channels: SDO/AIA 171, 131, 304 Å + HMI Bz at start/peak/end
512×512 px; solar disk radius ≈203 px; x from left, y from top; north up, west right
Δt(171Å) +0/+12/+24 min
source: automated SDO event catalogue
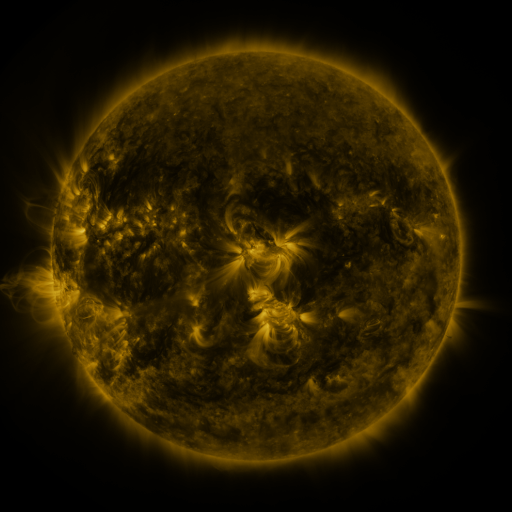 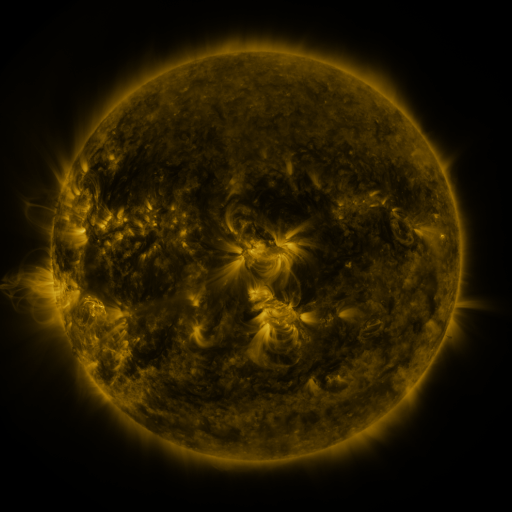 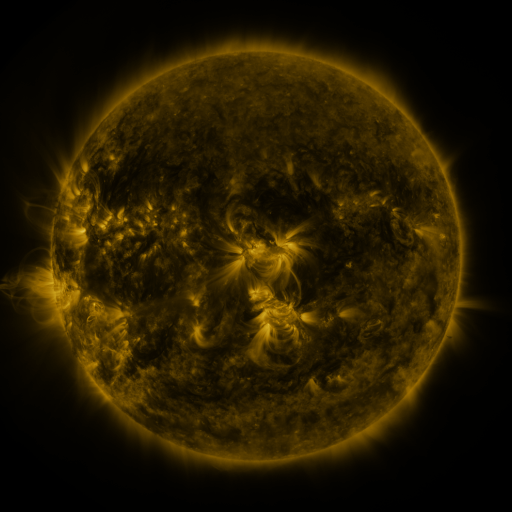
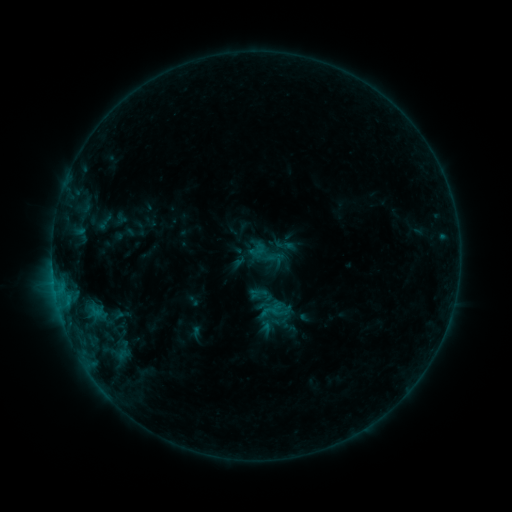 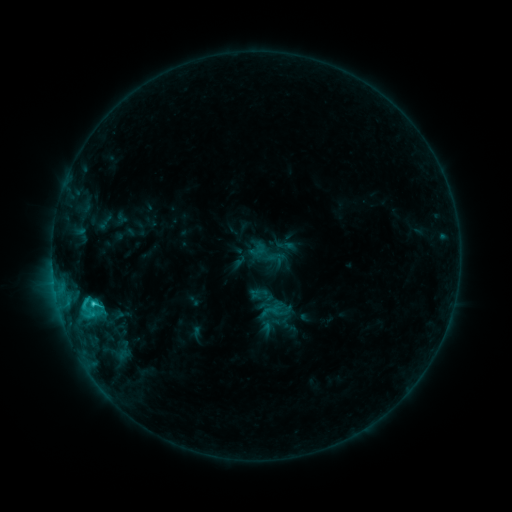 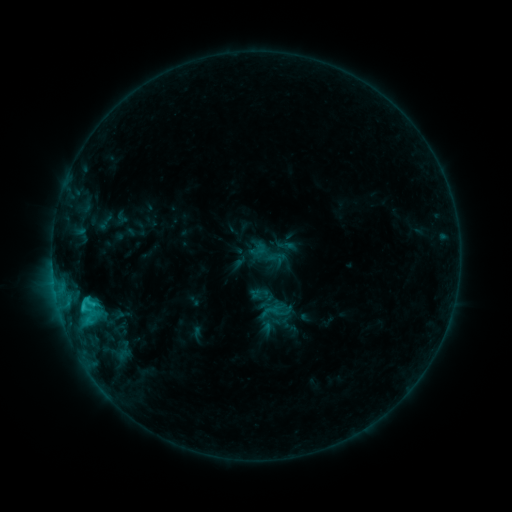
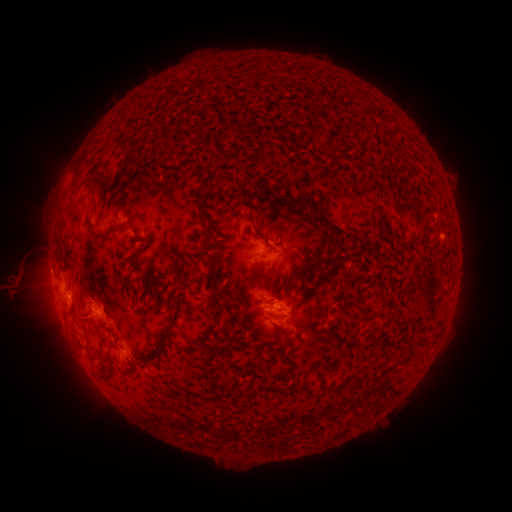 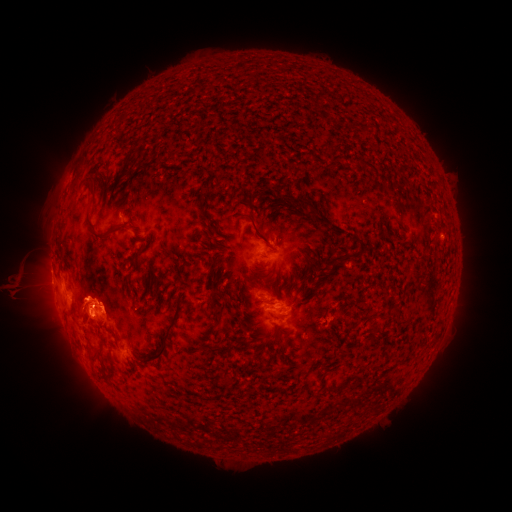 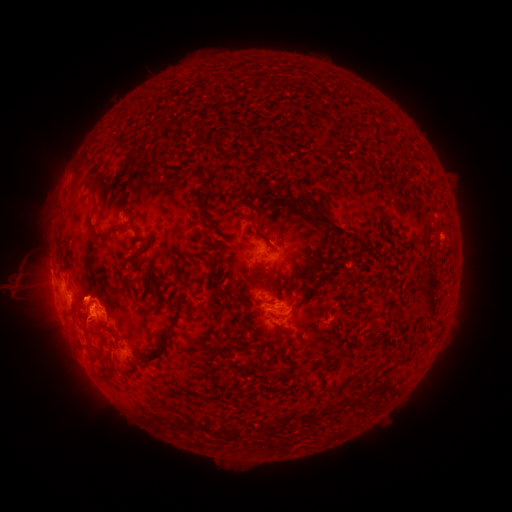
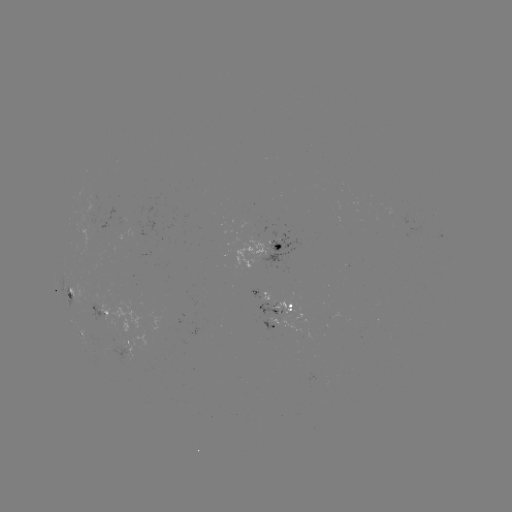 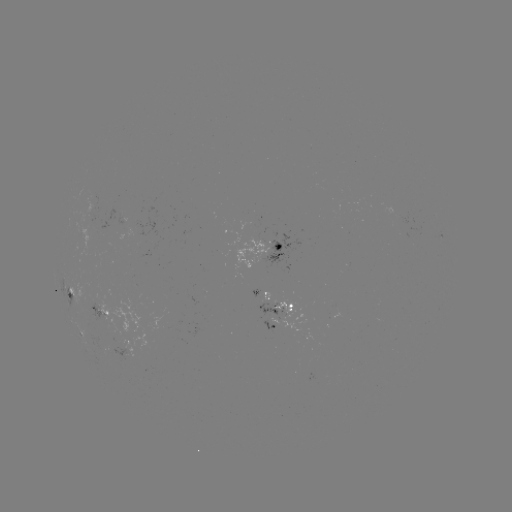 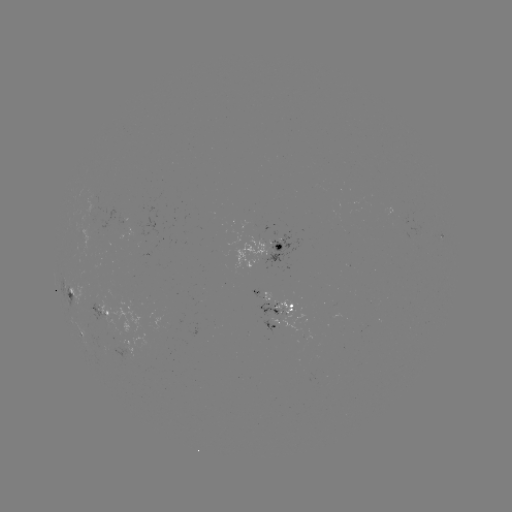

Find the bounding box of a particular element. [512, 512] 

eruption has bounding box [58, 266, 141, 351].